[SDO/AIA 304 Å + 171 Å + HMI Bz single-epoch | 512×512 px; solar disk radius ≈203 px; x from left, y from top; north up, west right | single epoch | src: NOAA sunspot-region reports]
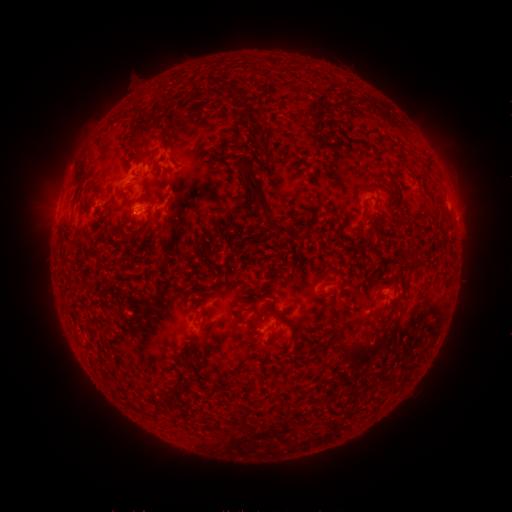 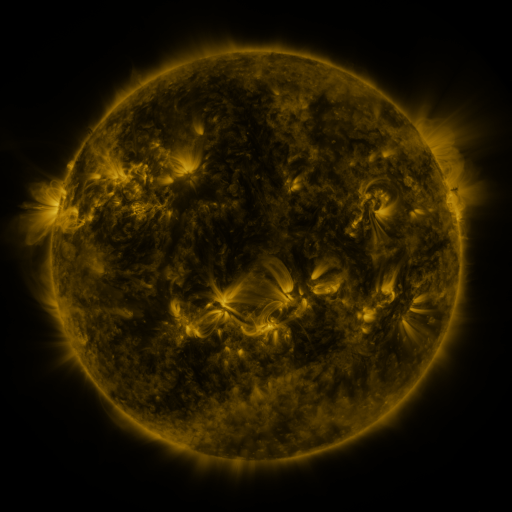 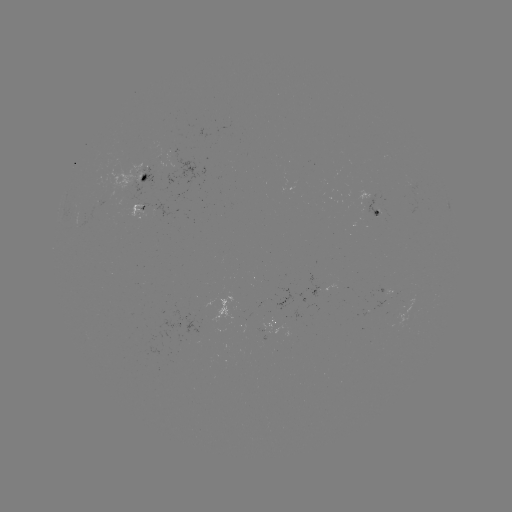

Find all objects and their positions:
spotted active region: (139, 174)
spotted active region: (131, 211)
spotted active region: (377, 211)
spotted active region: (385, 293)
spotted active region: (272, 323)
